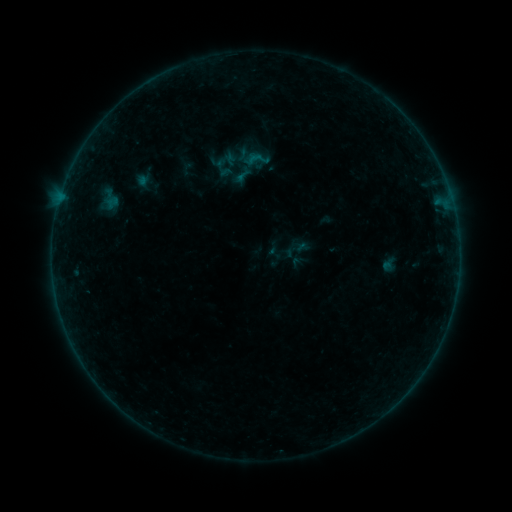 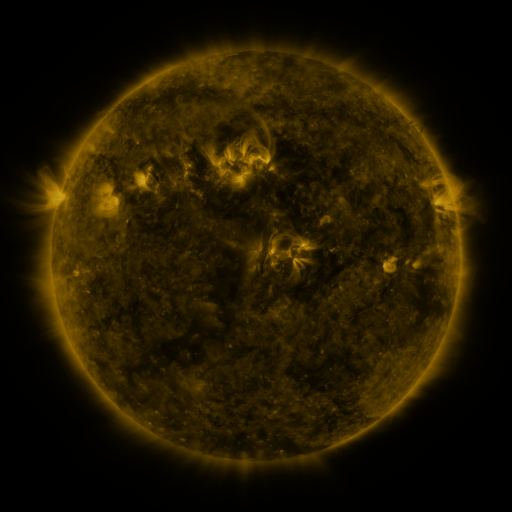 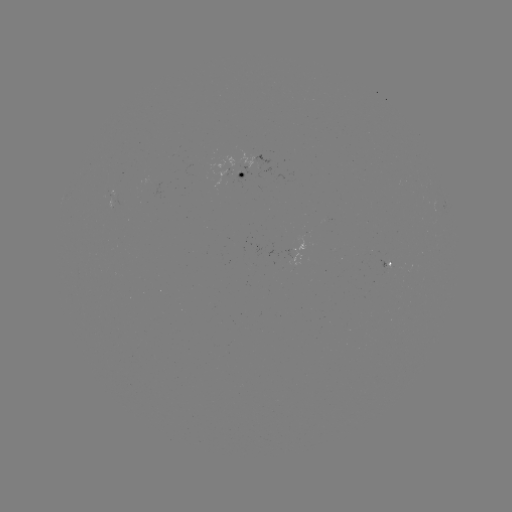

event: sigmoid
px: (275, 253)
